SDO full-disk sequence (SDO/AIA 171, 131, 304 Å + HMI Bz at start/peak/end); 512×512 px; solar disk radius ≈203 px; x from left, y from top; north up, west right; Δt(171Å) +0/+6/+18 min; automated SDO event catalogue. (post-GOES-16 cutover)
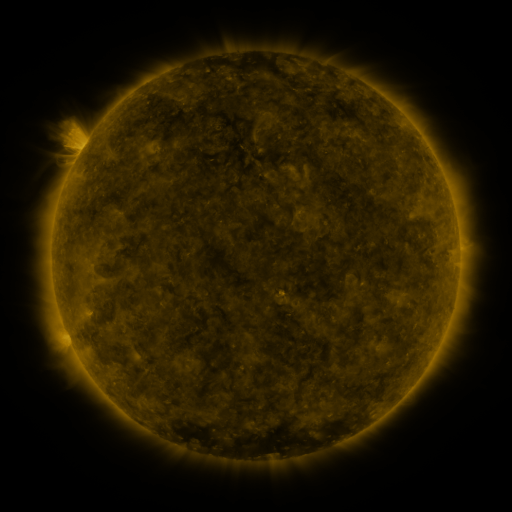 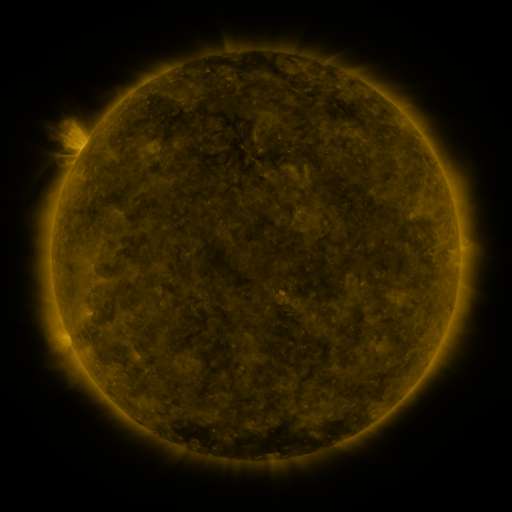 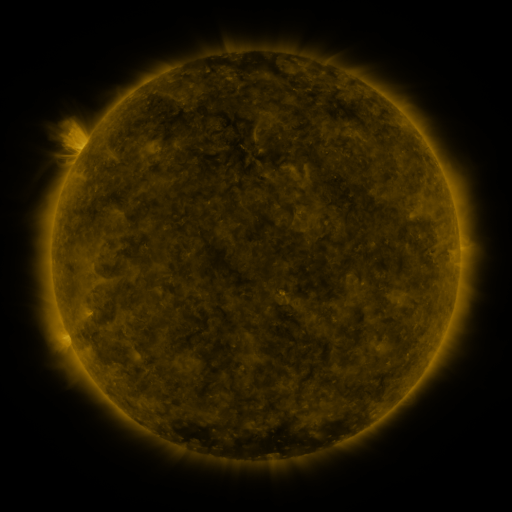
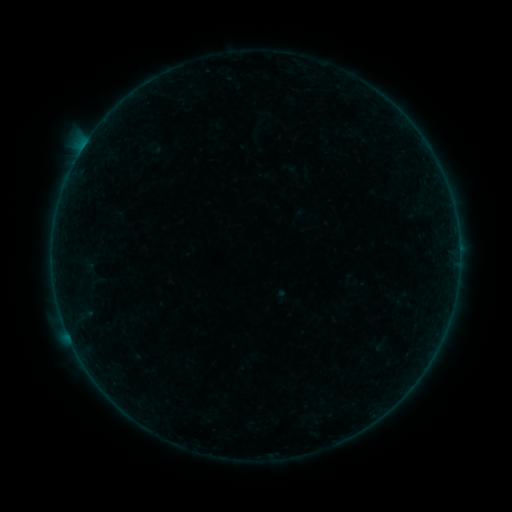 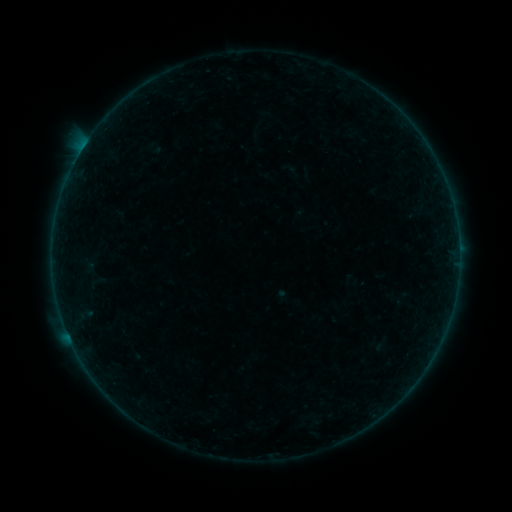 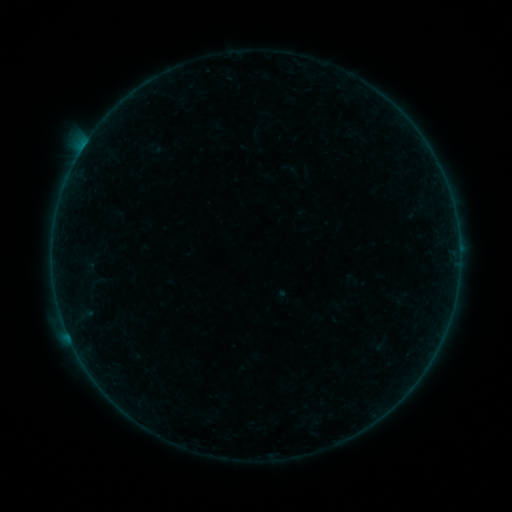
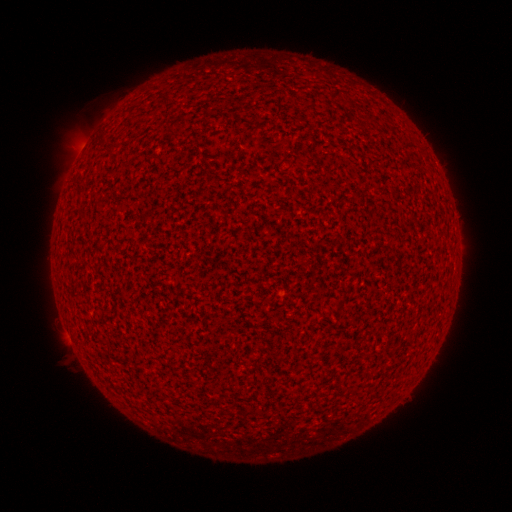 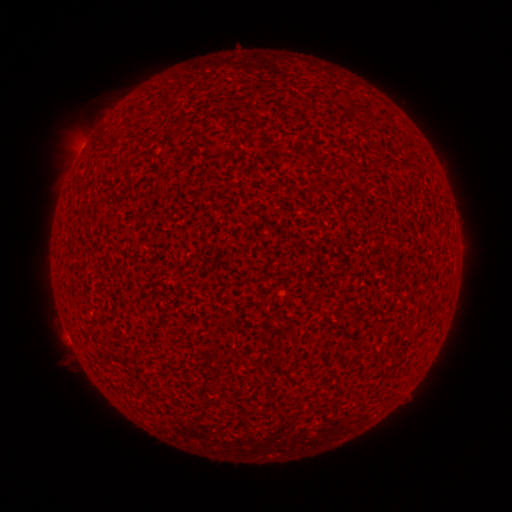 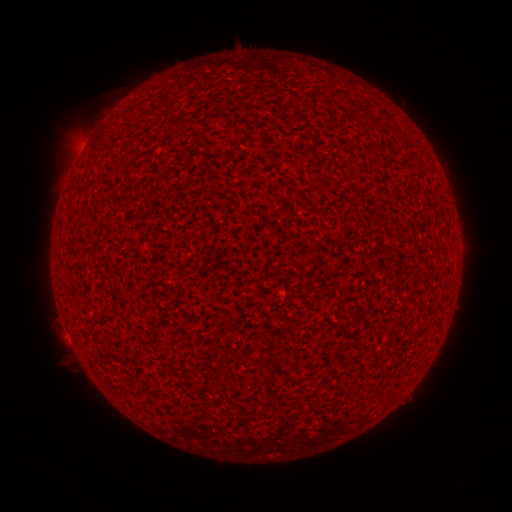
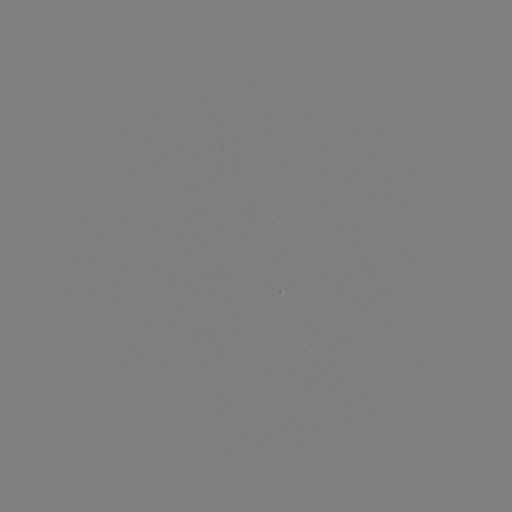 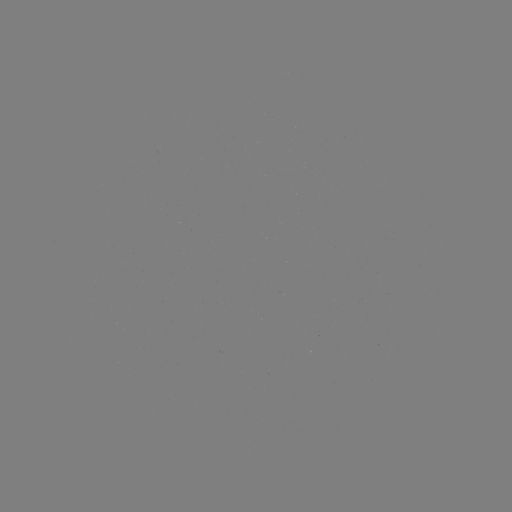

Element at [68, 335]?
A3.4 flare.